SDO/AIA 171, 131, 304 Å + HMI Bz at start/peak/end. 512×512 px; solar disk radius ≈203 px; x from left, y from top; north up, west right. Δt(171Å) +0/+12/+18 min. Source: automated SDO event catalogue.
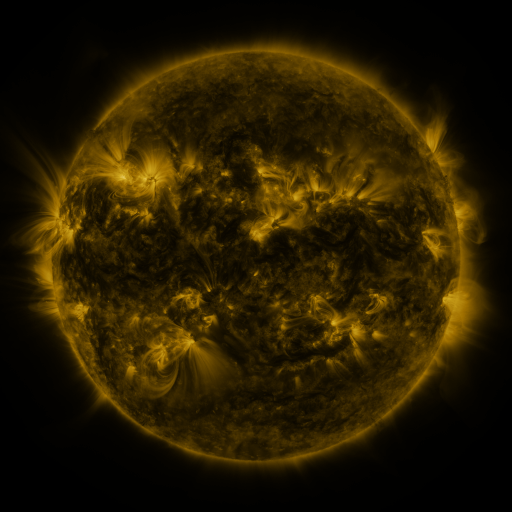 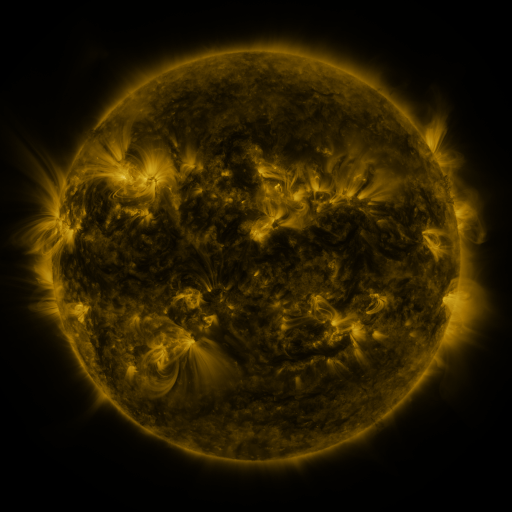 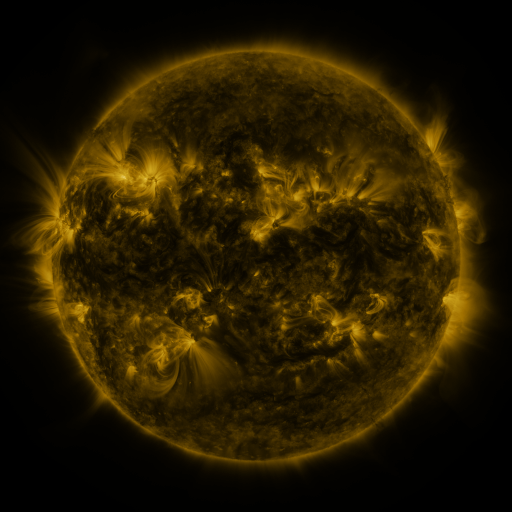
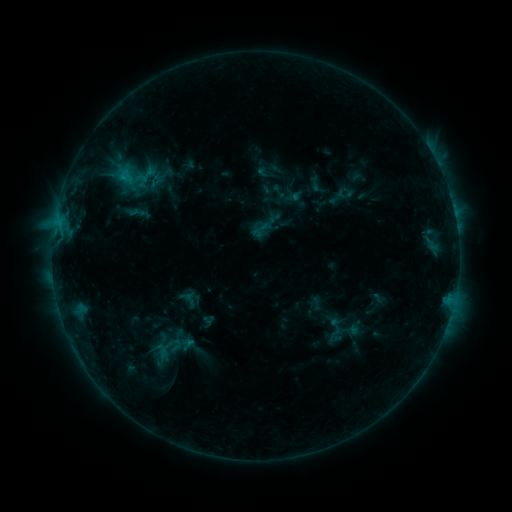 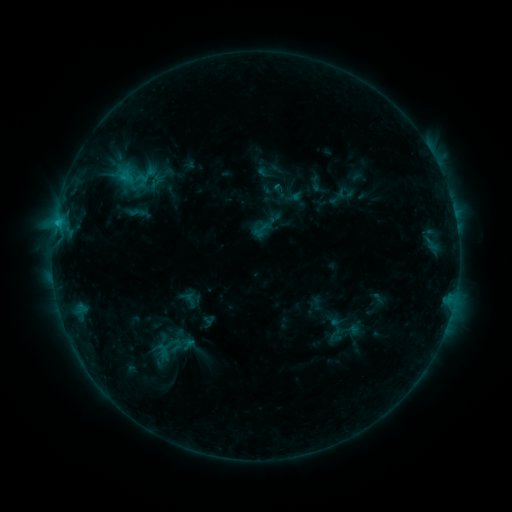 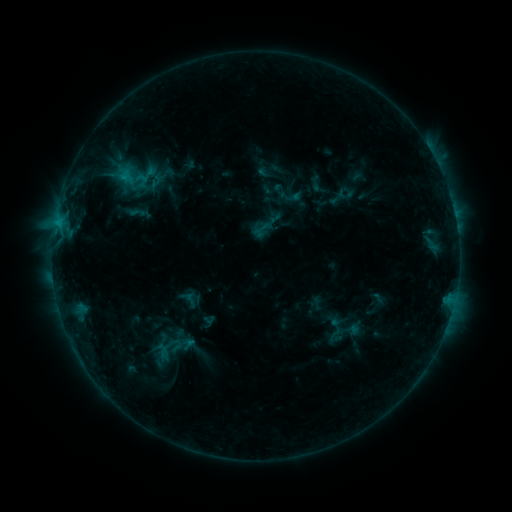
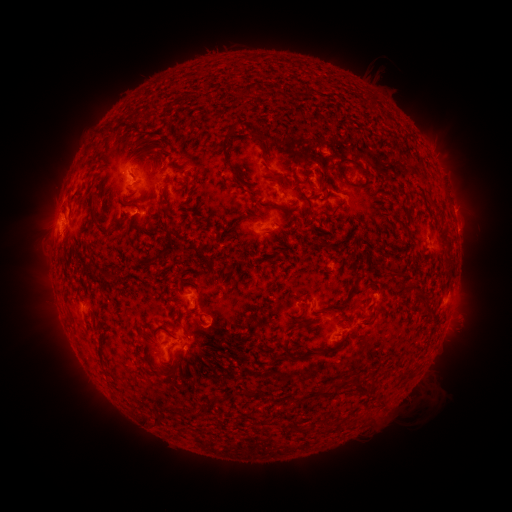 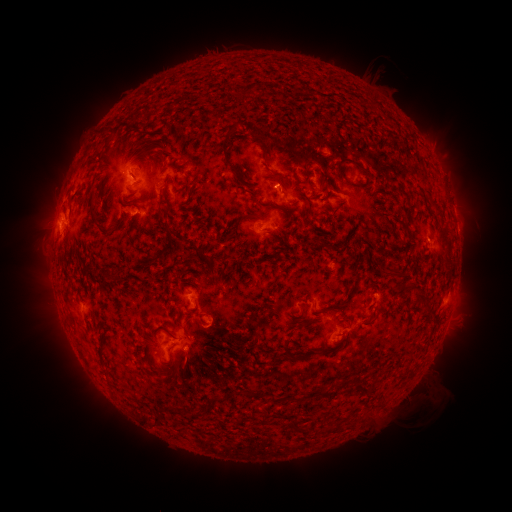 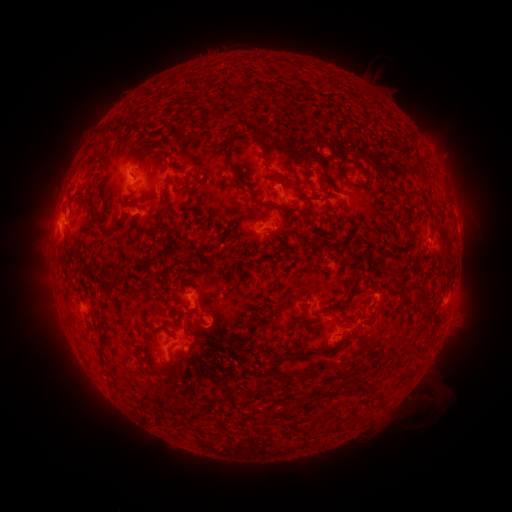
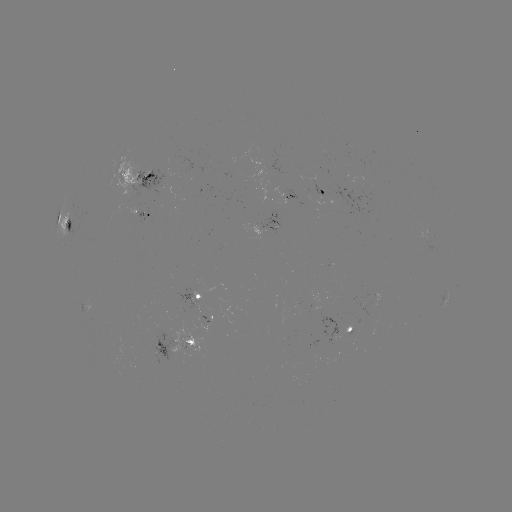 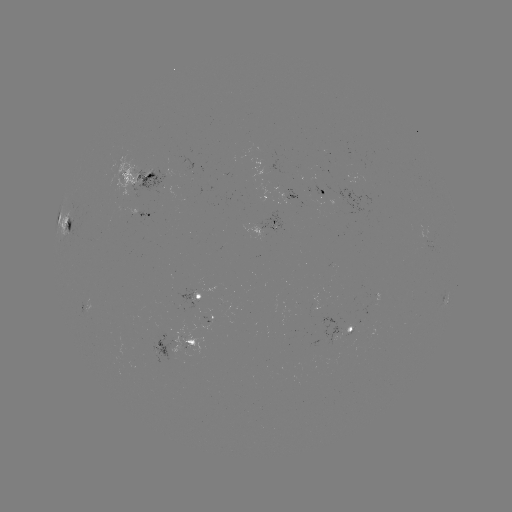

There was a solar flare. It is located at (58, 225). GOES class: C1.0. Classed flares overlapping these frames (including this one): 1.